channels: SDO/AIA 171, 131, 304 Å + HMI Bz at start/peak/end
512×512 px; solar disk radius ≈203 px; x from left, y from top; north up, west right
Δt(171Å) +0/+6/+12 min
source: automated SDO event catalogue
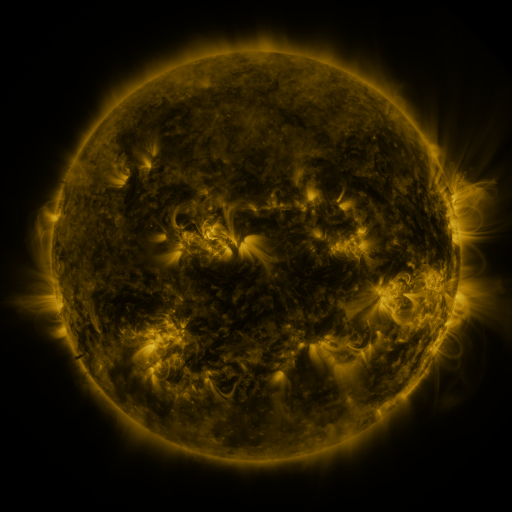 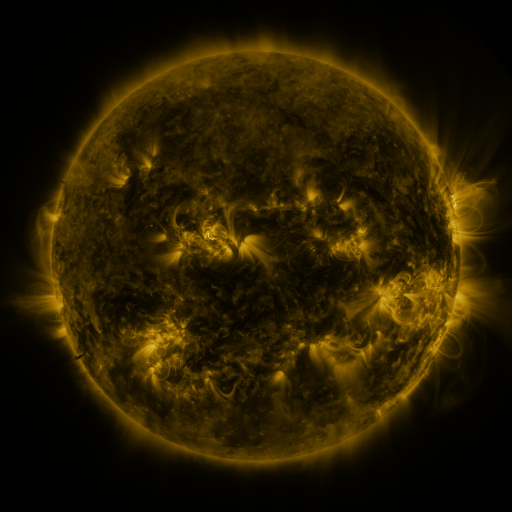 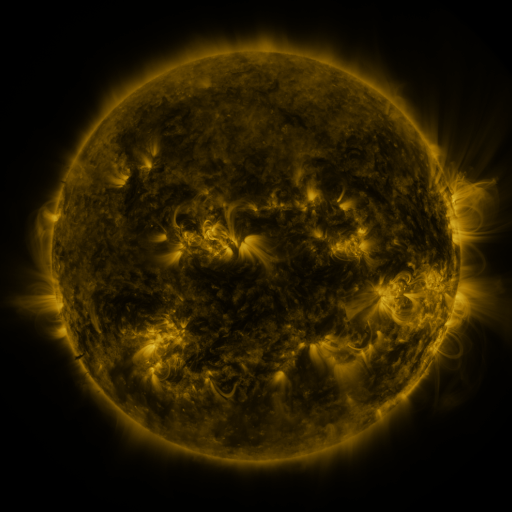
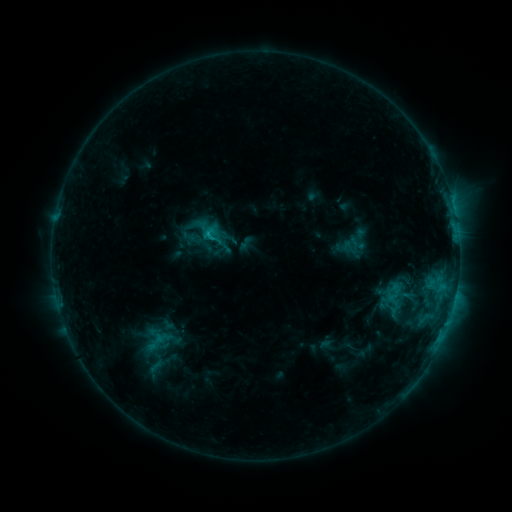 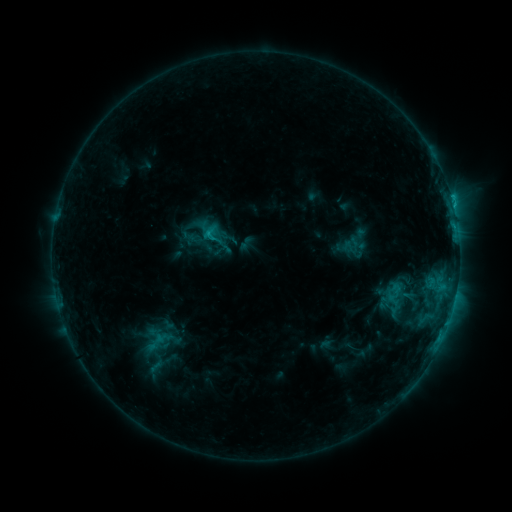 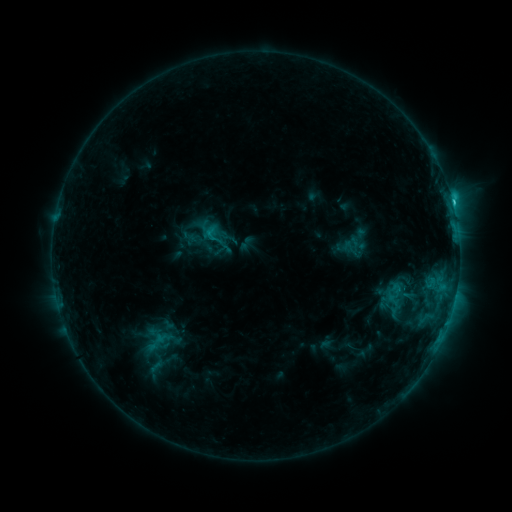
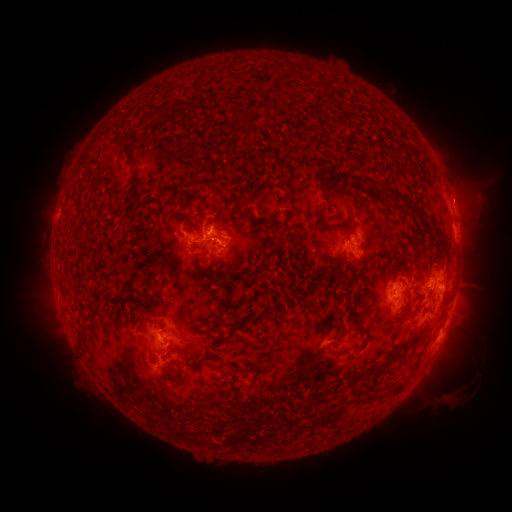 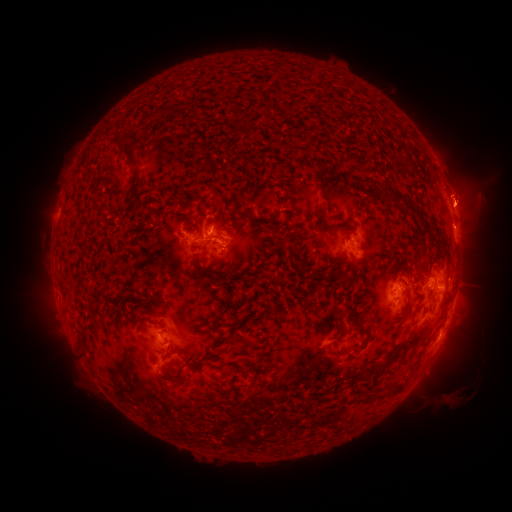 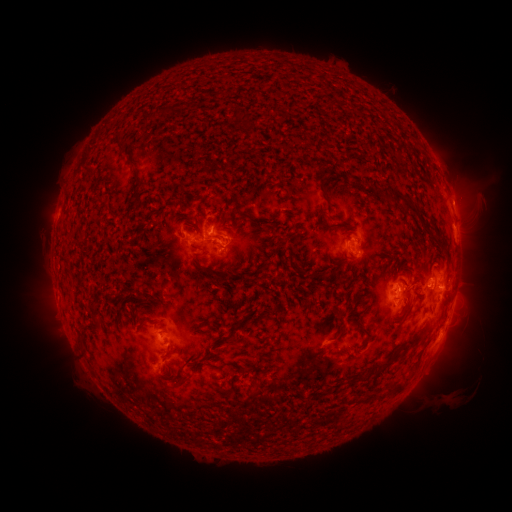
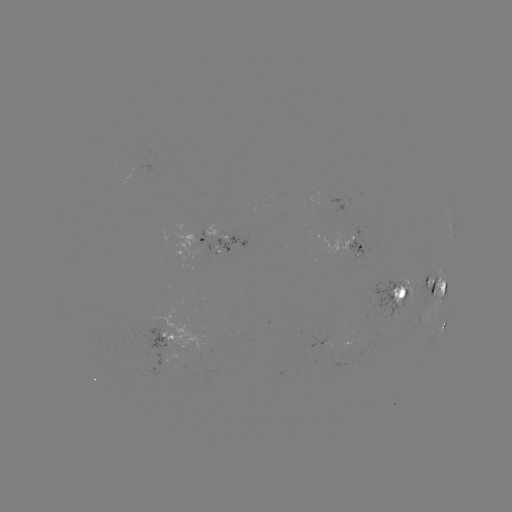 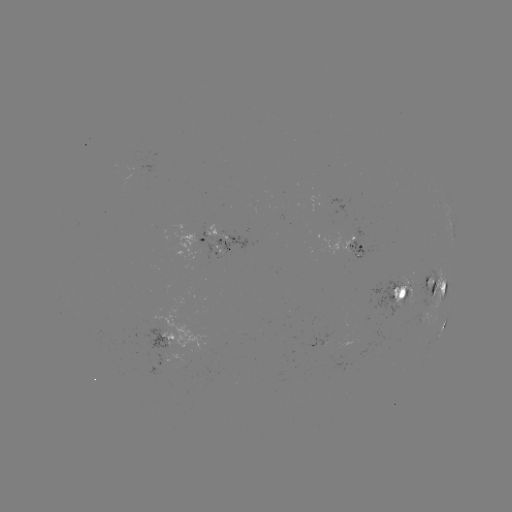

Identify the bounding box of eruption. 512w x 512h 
[426, 139, 499, 233].